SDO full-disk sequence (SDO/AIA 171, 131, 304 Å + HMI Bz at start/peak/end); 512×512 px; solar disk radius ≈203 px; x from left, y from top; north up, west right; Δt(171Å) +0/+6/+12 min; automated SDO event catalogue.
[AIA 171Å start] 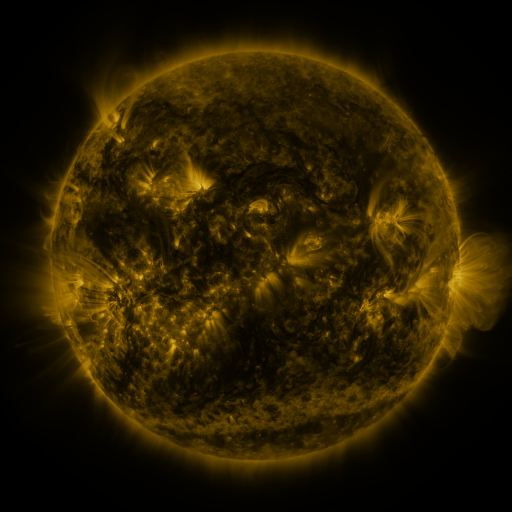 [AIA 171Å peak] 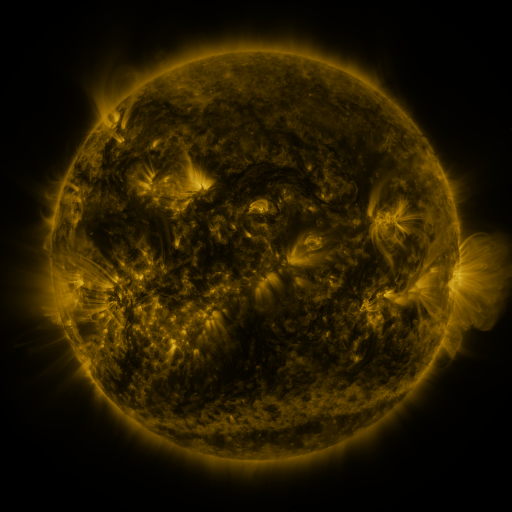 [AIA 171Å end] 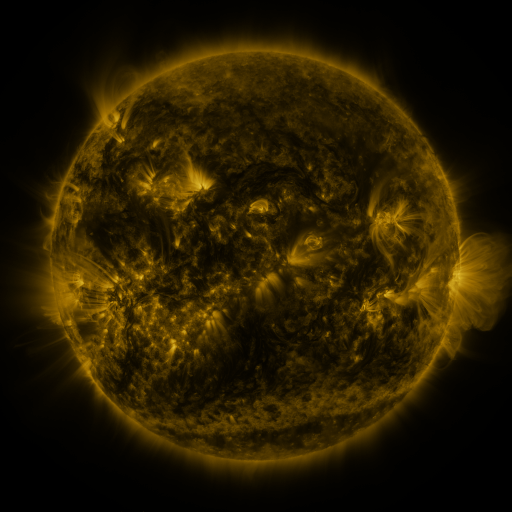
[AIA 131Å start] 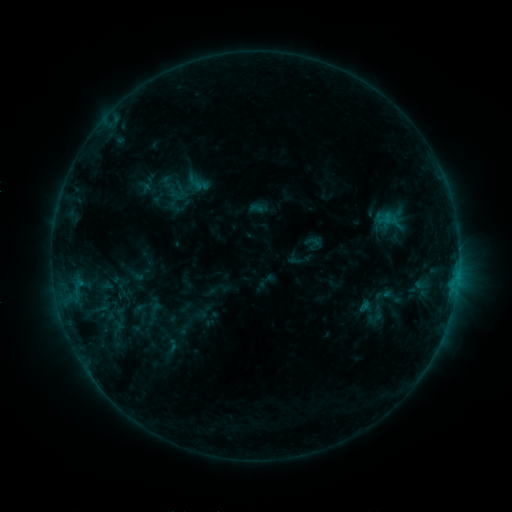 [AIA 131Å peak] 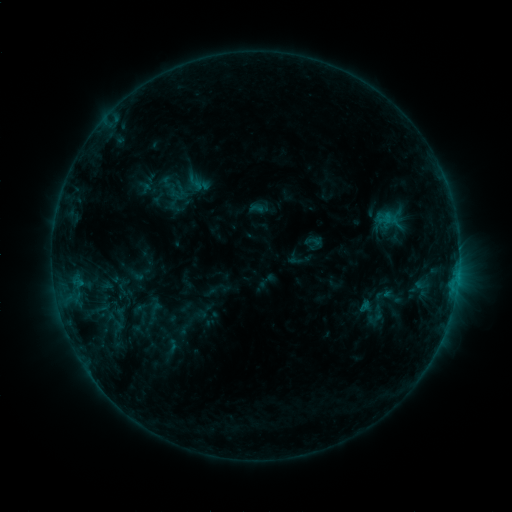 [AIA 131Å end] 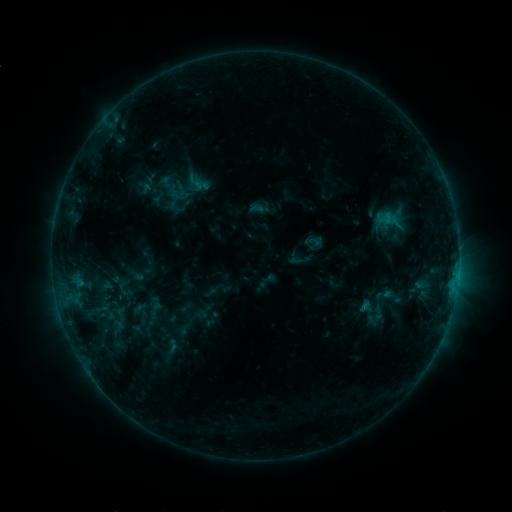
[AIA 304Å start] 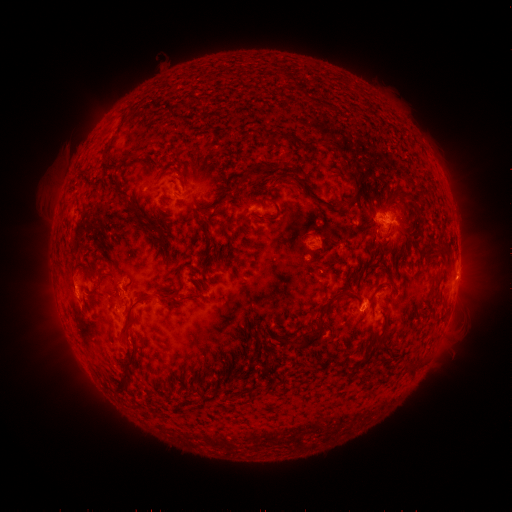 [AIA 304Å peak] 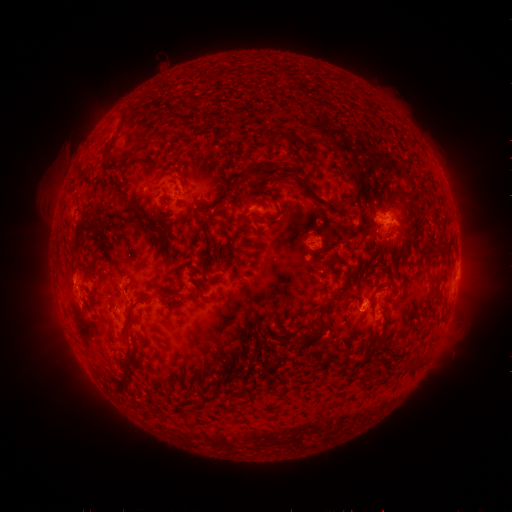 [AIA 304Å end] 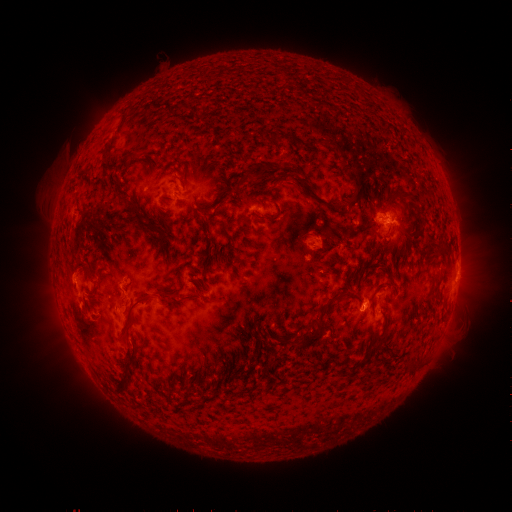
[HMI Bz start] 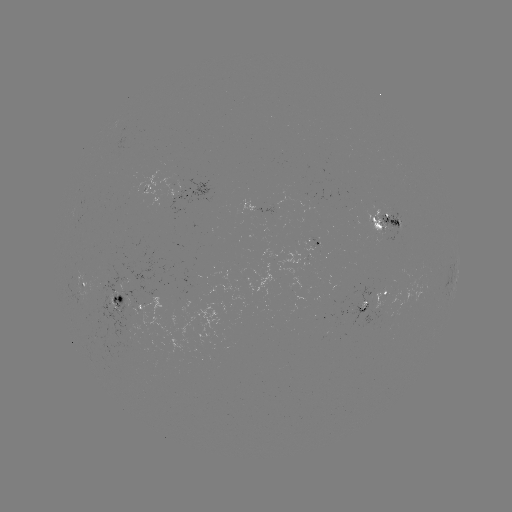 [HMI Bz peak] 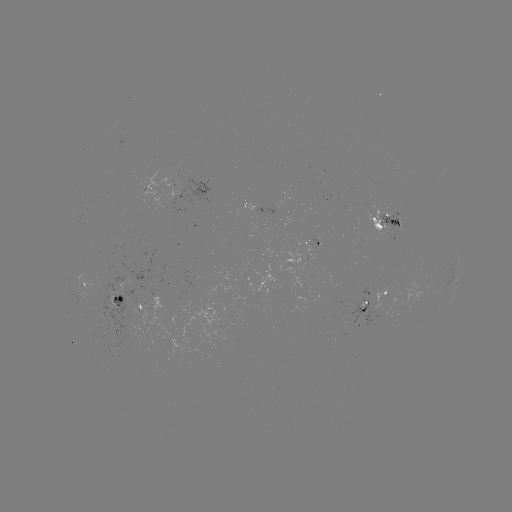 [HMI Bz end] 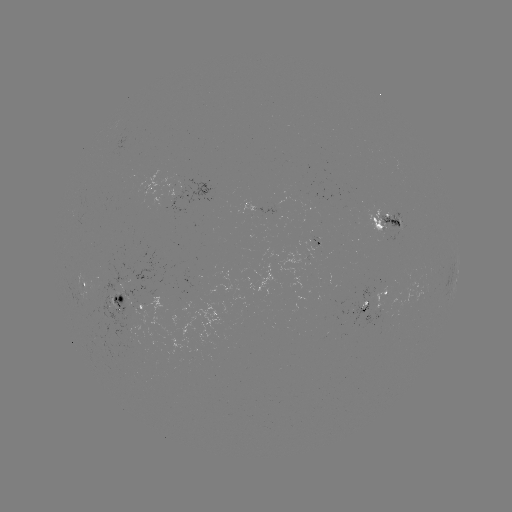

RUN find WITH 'eruption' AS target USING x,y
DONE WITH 72,283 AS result